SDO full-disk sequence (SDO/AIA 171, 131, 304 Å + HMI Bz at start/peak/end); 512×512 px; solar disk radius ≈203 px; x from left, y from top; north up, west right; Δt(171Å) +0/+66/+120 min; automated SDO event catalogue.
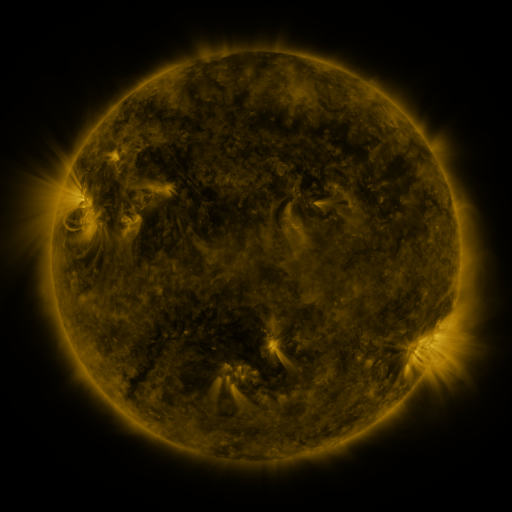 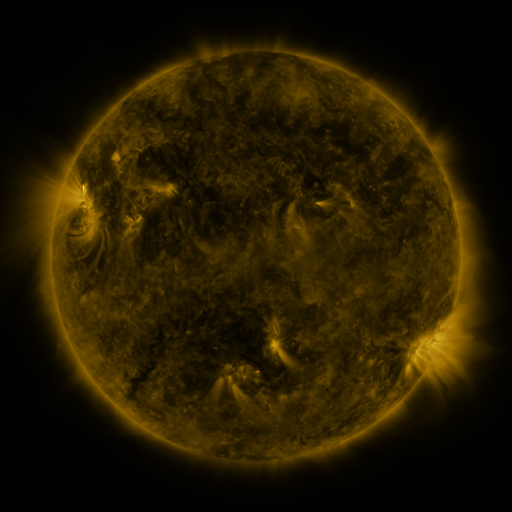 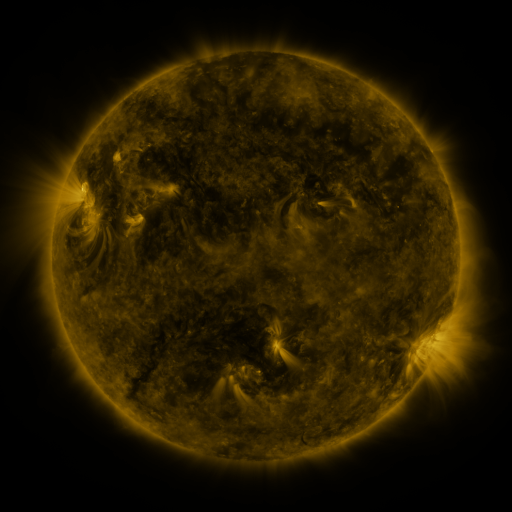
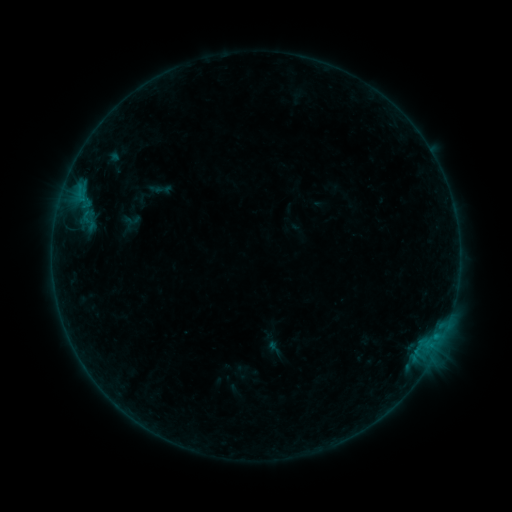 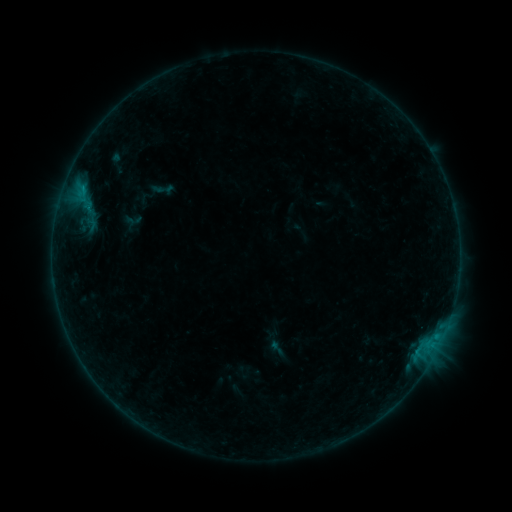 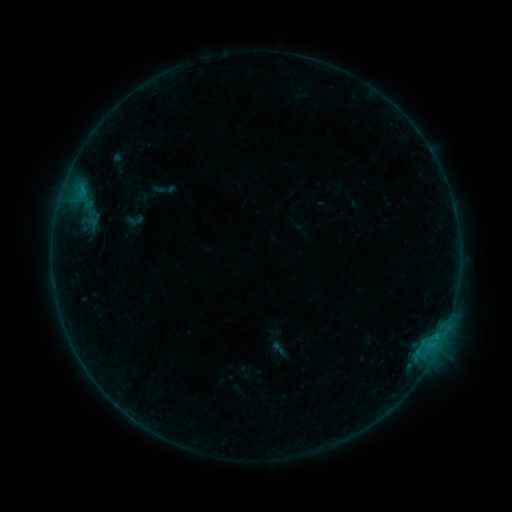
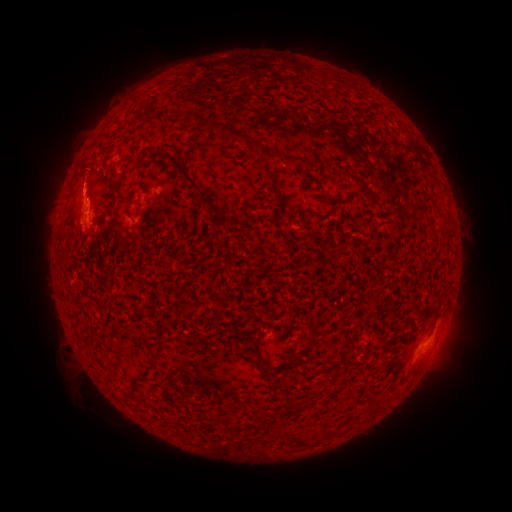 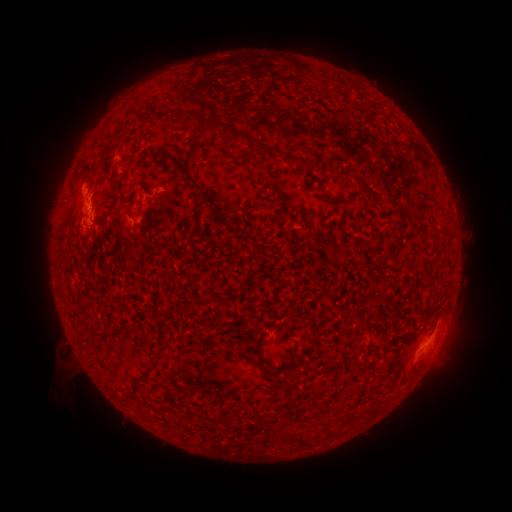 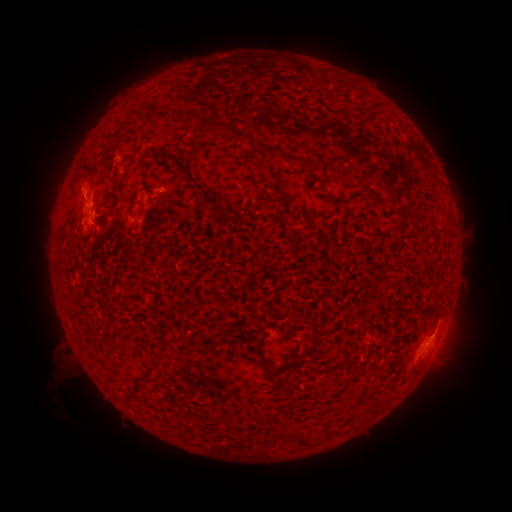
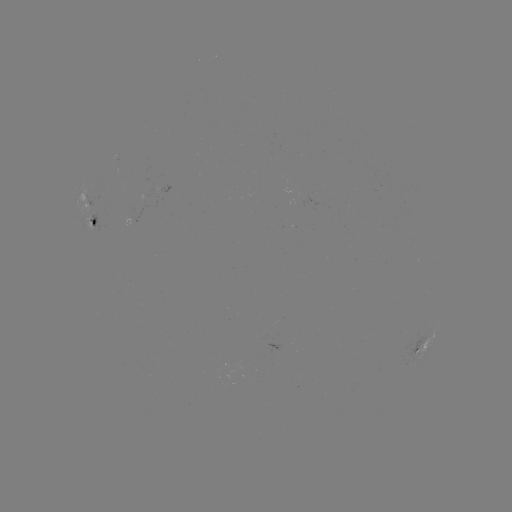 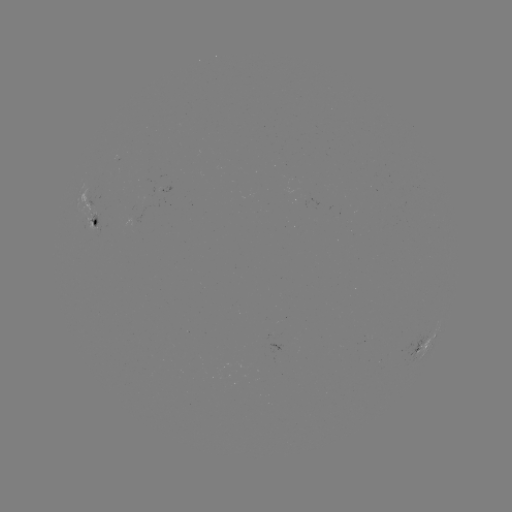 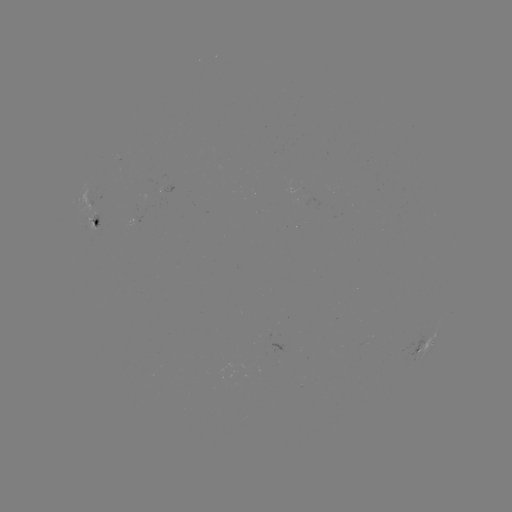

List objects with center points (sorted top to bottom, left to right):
B8.1 flare: (83, 191)
